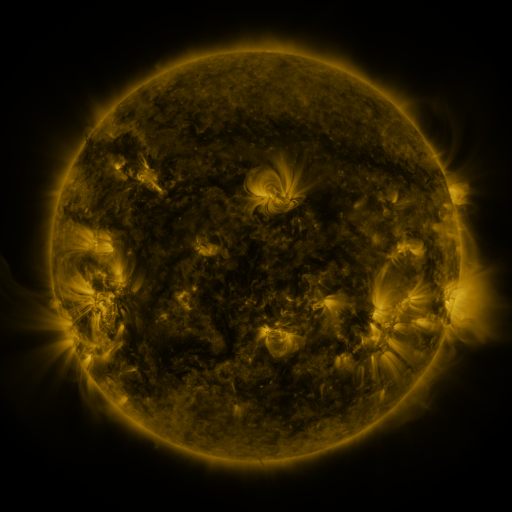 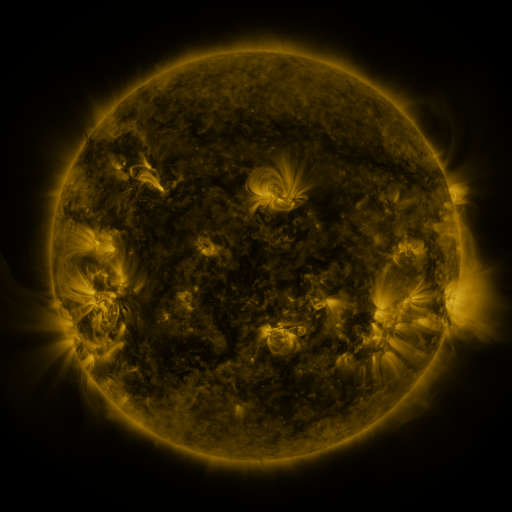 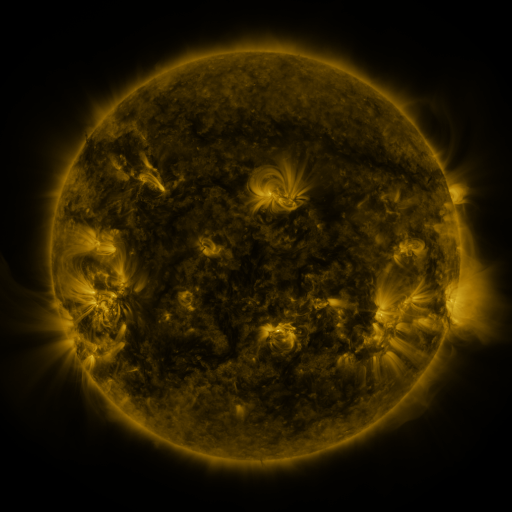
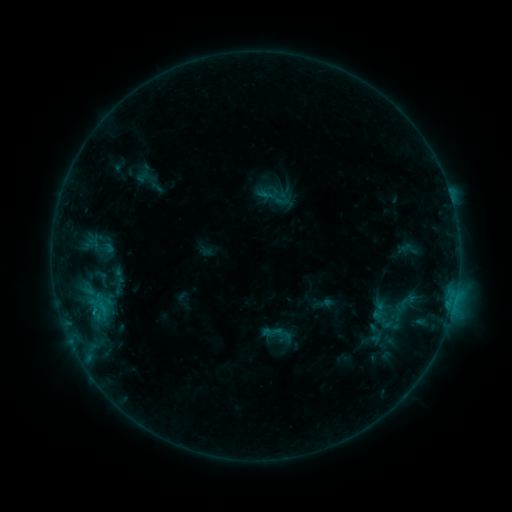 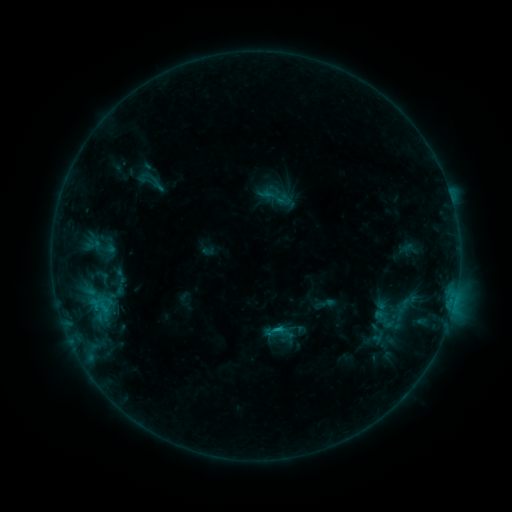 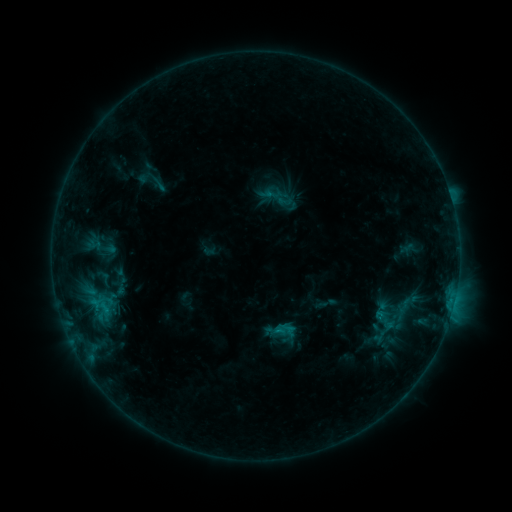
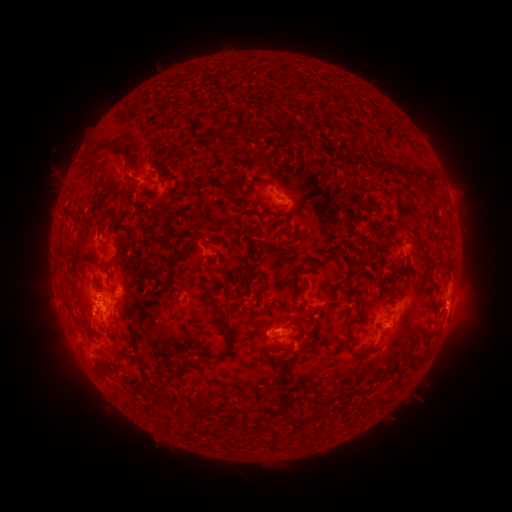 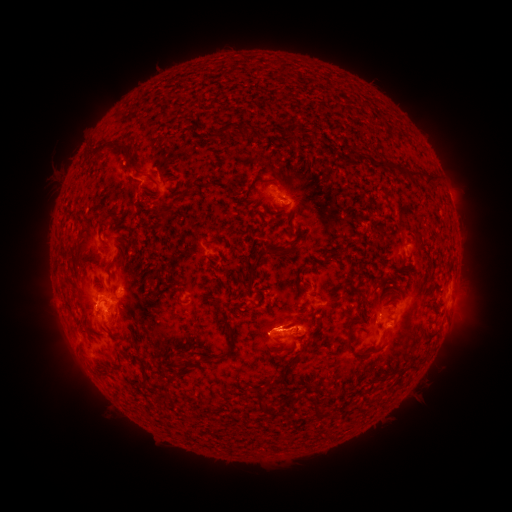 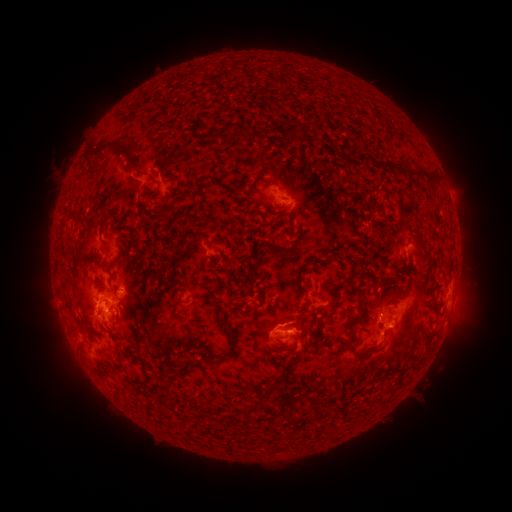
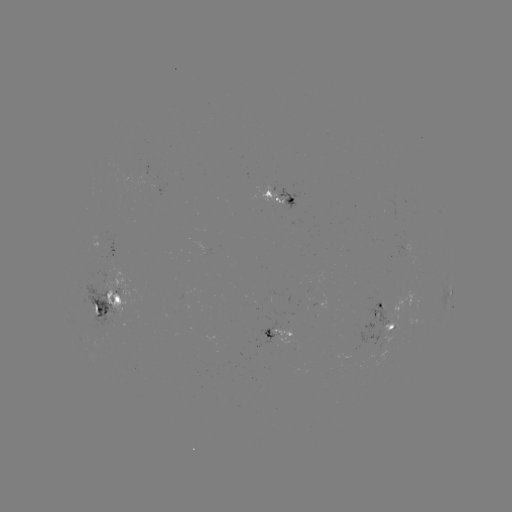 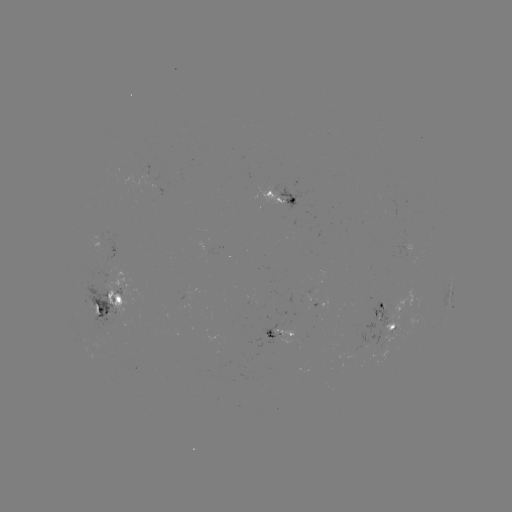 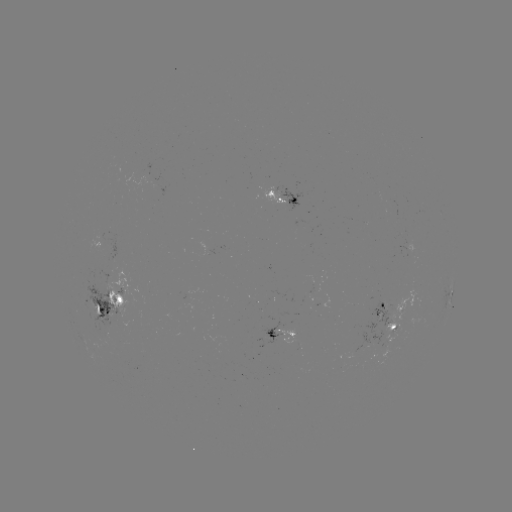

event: emerging-flux region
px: (315, 283)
